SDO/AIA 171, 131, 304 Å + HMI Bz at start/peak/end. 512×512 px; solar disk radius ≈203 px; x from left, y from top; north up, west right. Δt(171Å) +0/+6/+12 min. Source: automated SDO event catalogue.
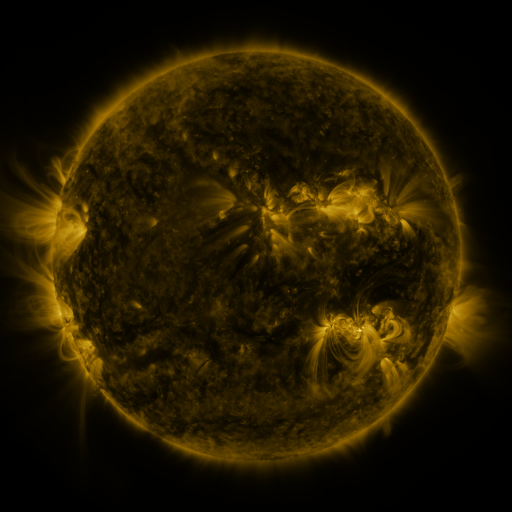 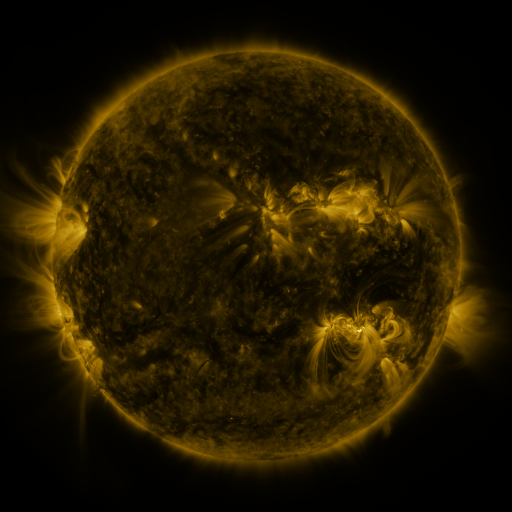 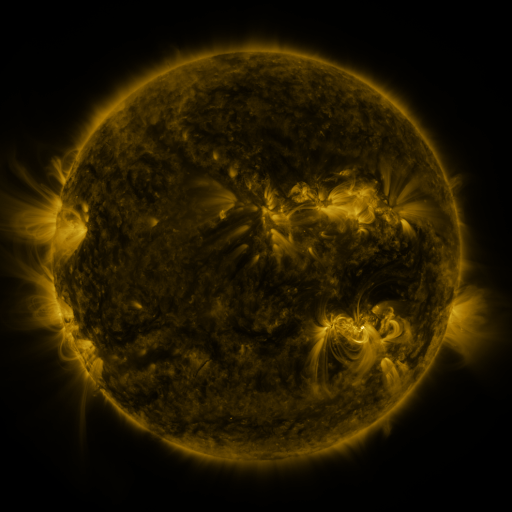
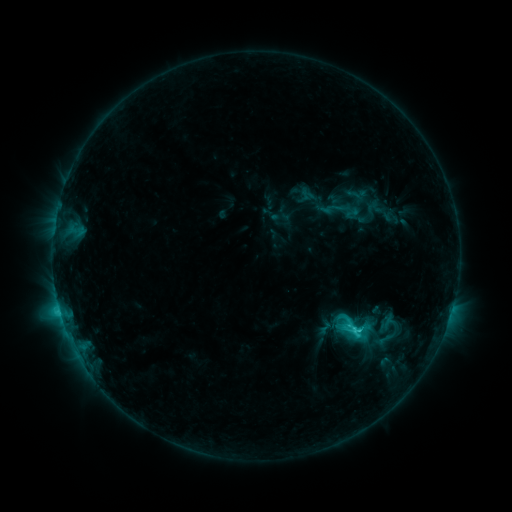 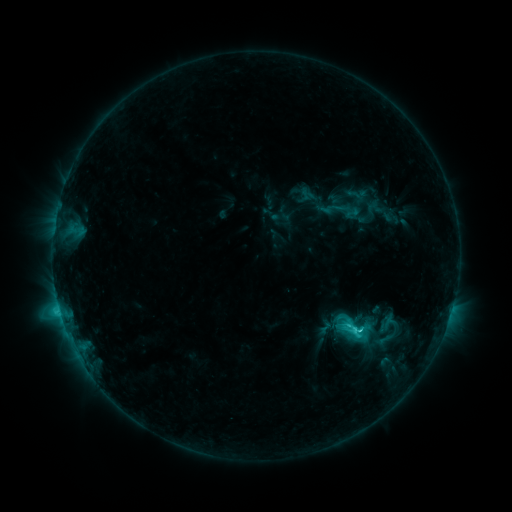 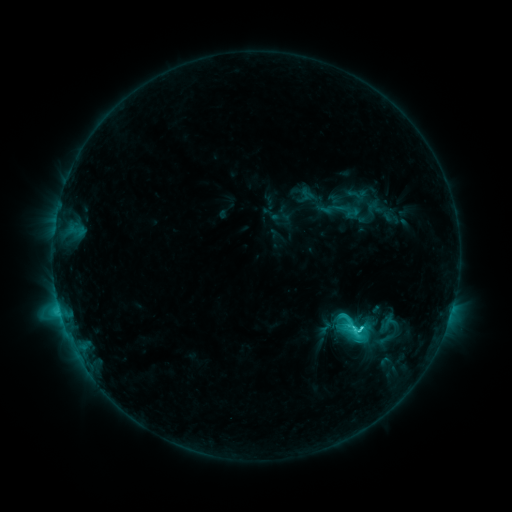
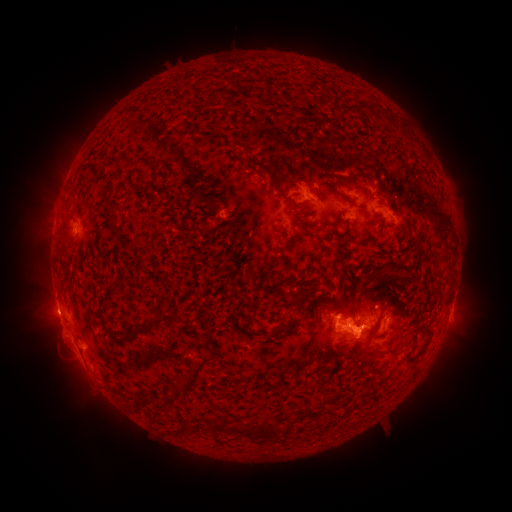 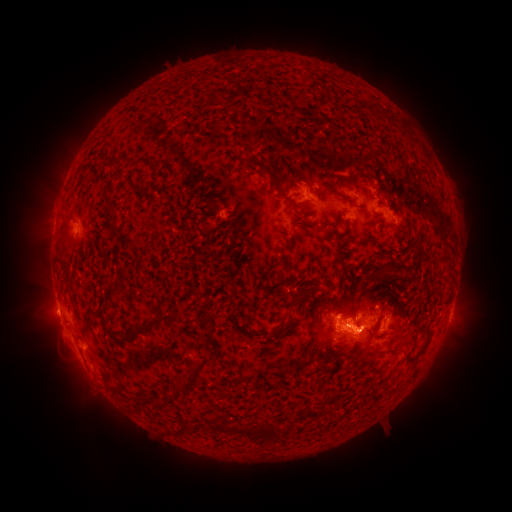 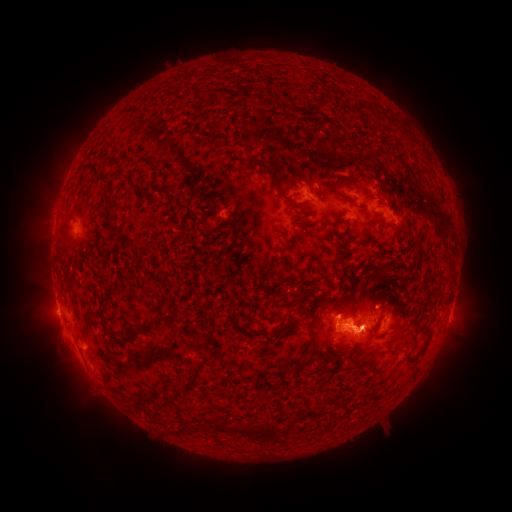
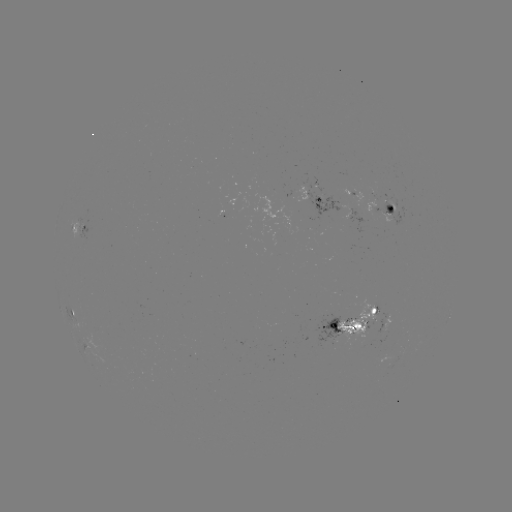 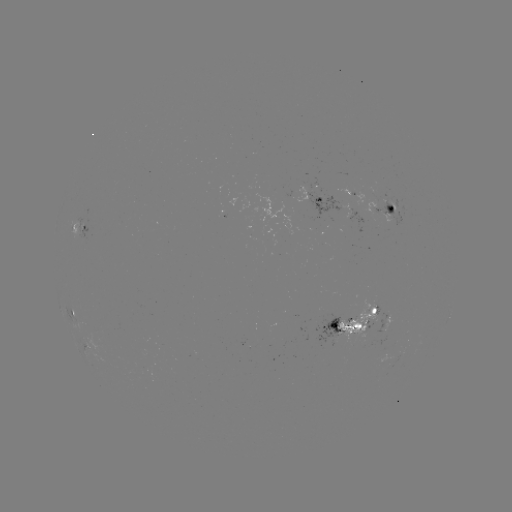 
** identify C5.0 flare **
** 358,331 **